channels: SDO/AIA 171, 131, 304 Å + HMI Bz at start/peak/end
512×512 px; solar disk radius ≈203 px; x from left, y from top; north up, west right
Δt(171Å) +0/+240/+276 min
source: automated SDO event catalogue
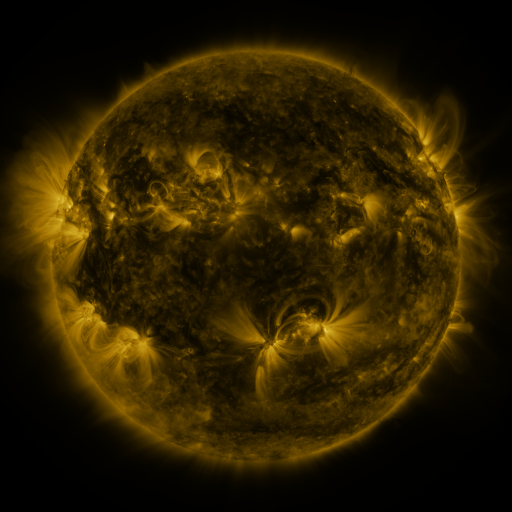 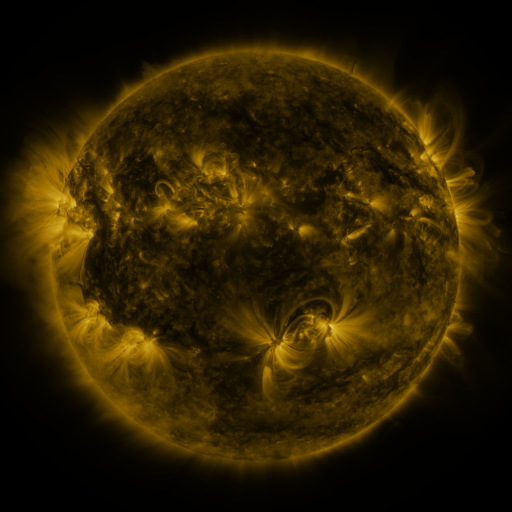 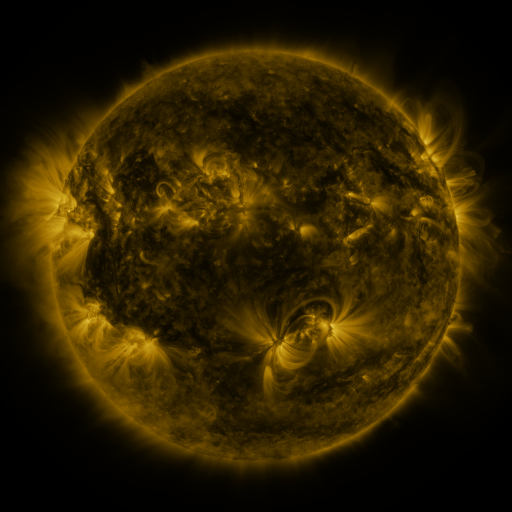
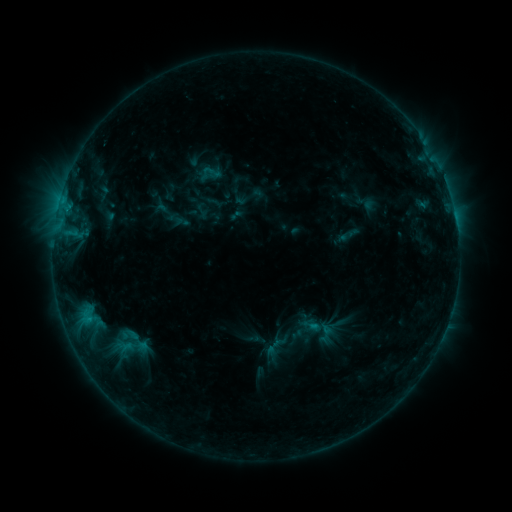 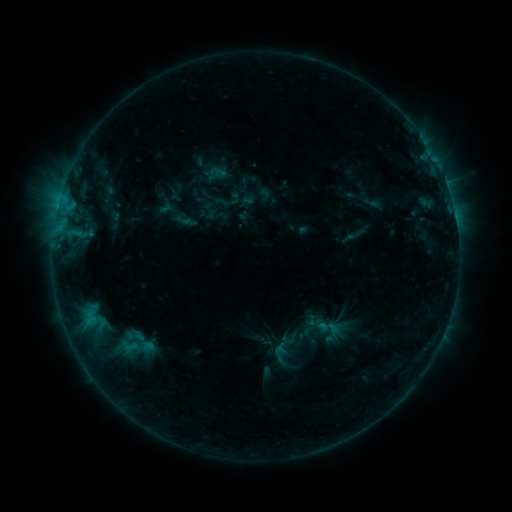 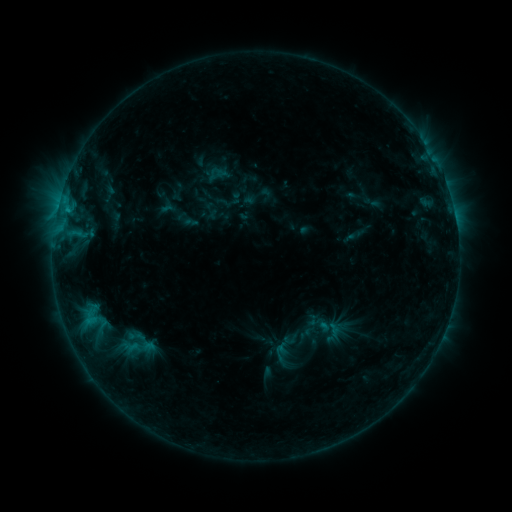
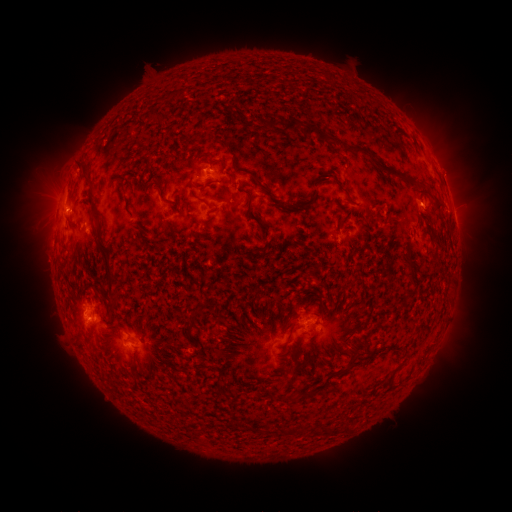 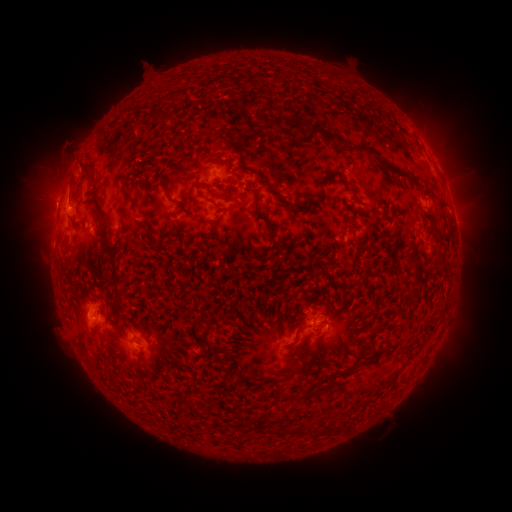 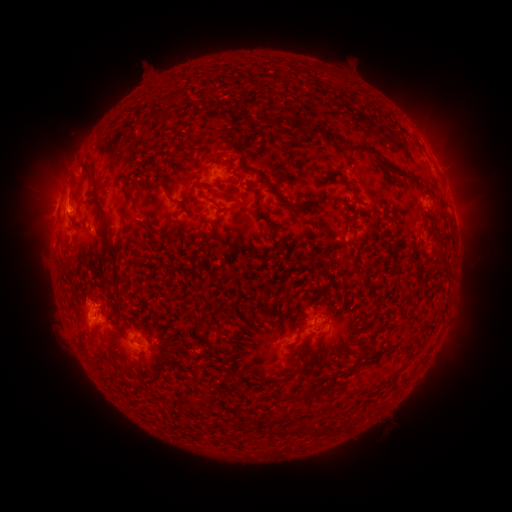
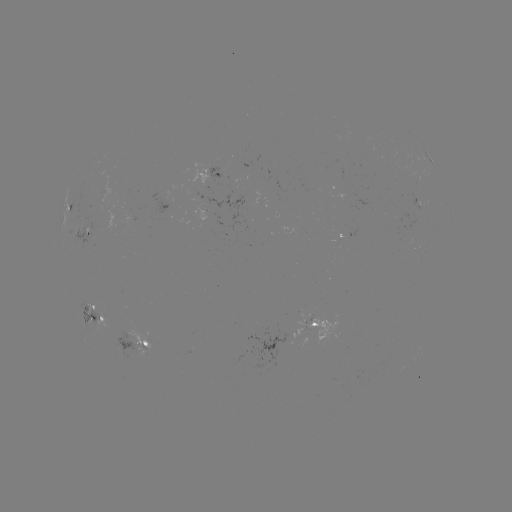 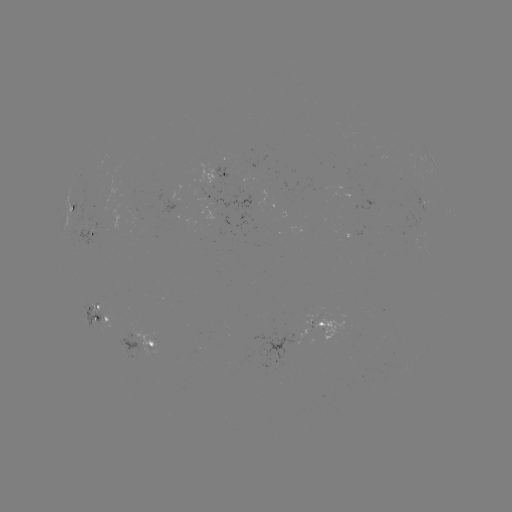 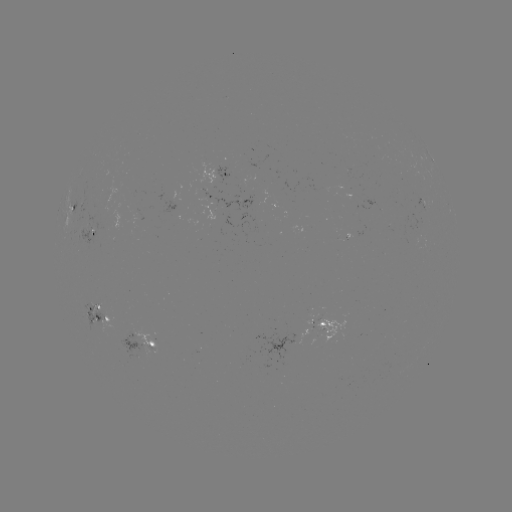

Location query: emerging-flux region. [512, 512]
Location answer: [99, 313].